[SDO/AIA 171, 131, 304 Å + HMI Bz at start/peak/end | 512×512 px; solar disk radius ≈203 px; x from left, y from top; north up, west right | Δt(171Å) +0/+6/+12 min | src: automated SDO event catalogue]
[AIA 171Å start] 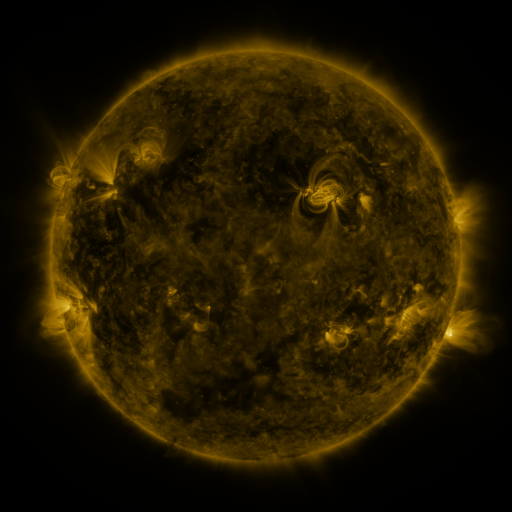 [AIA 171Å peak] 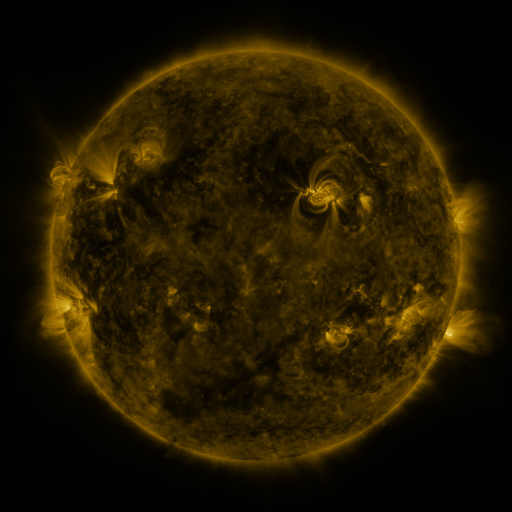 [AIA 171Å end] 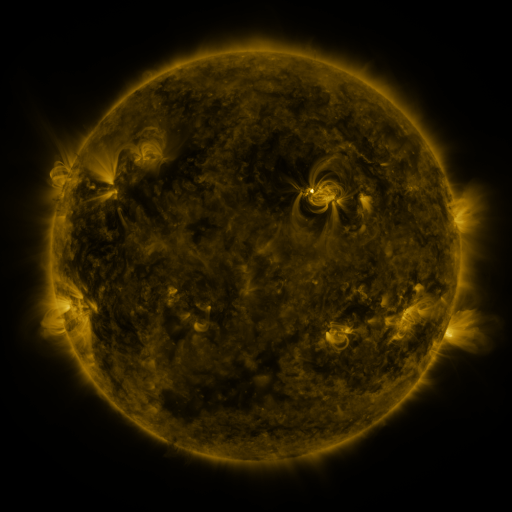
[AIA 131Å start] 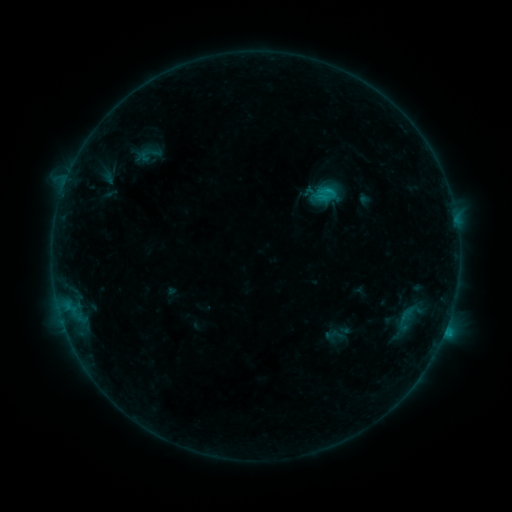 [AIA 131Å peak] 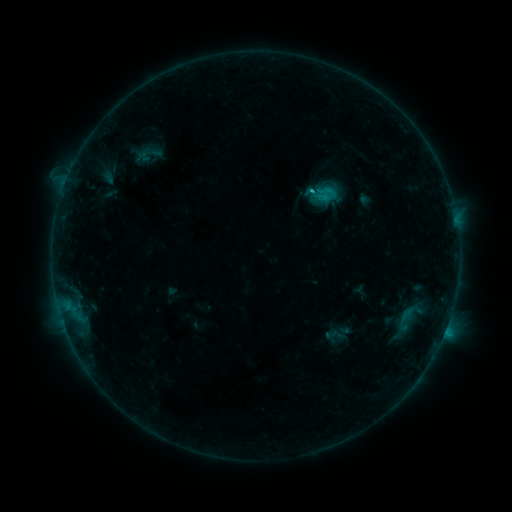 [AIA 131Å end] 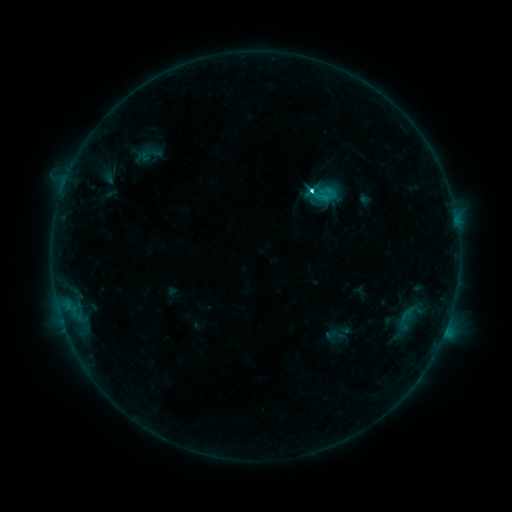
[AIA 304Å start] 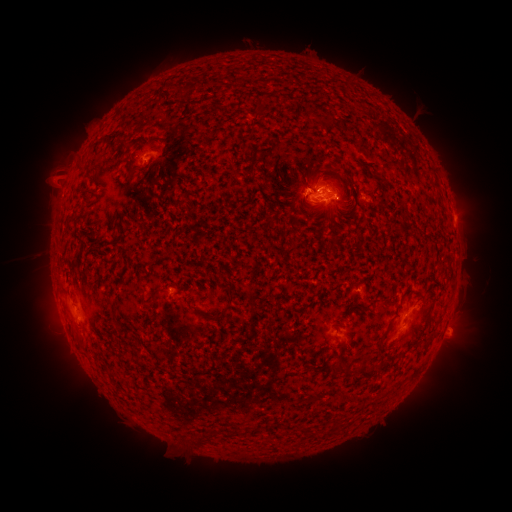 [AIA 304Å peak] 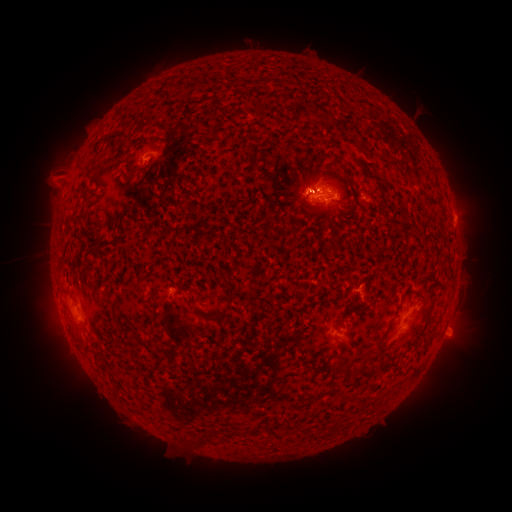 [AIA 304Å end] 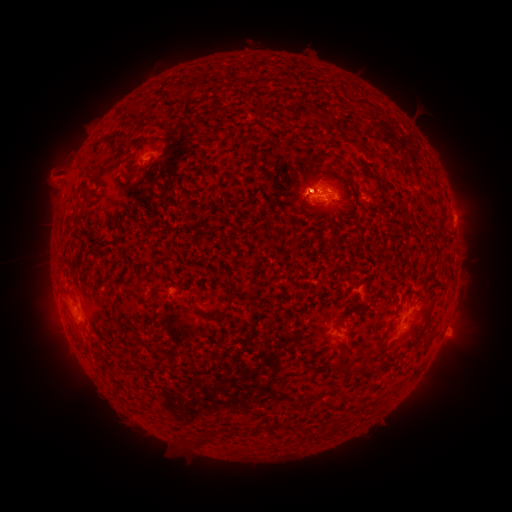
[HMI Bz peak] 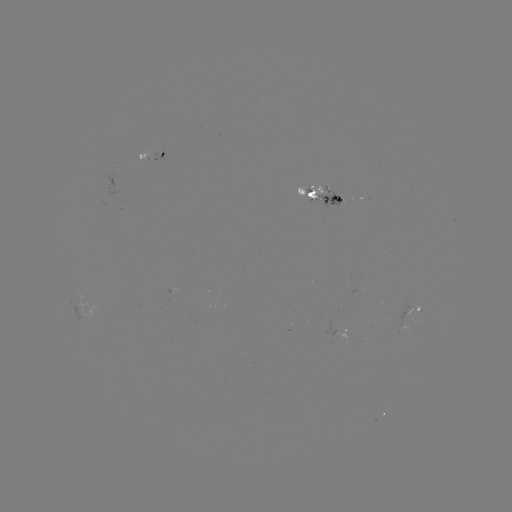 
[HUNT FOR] C4.5 flare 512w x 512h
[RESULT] [310, 193]